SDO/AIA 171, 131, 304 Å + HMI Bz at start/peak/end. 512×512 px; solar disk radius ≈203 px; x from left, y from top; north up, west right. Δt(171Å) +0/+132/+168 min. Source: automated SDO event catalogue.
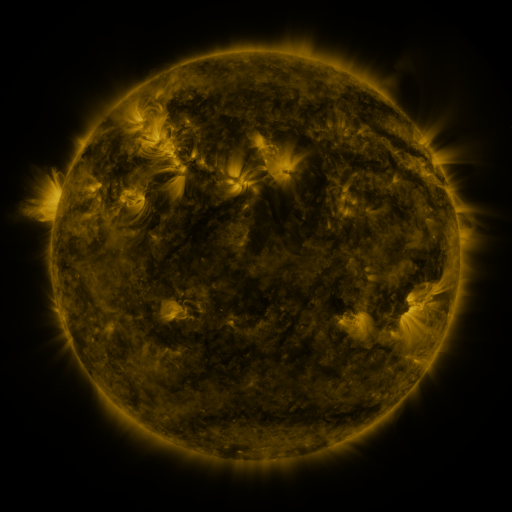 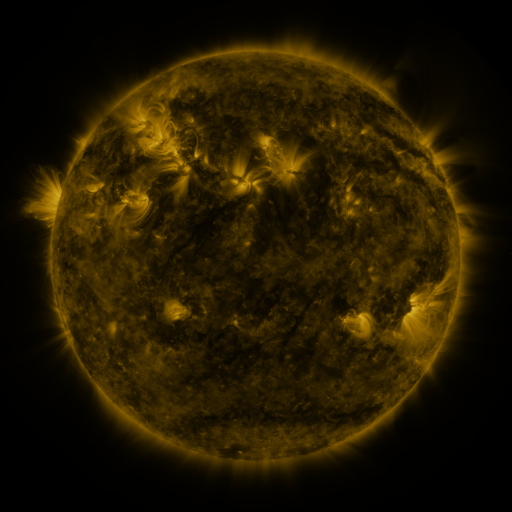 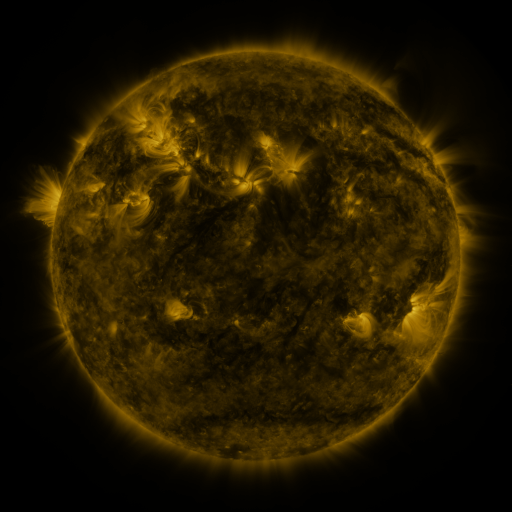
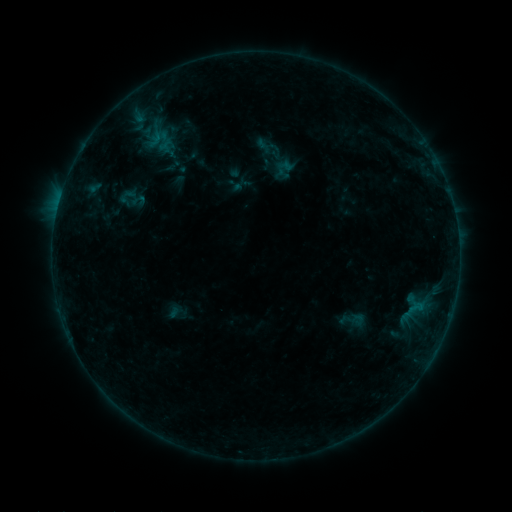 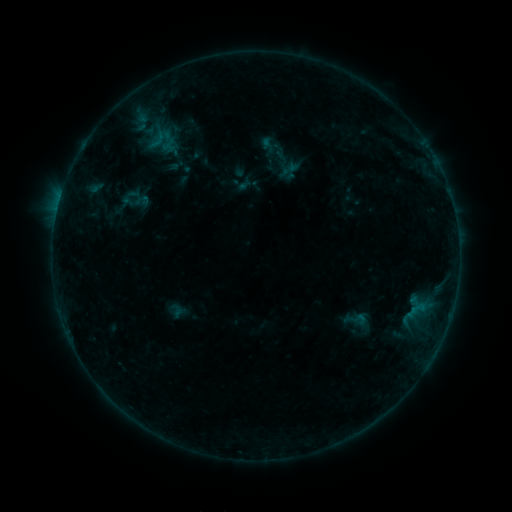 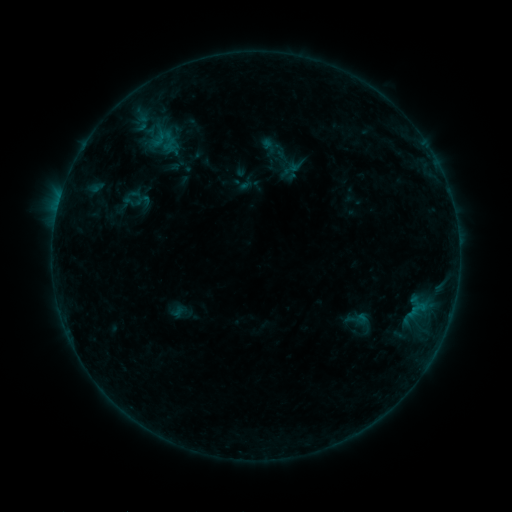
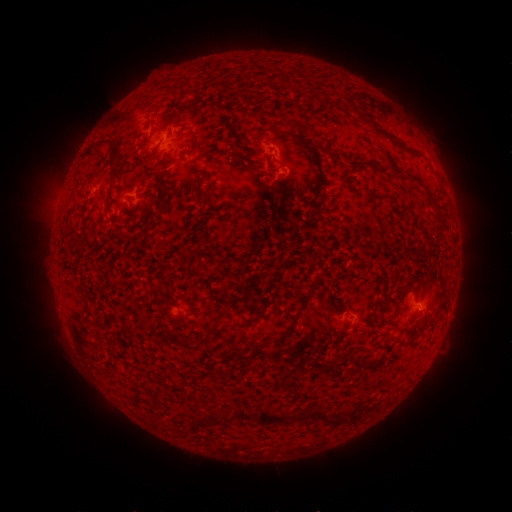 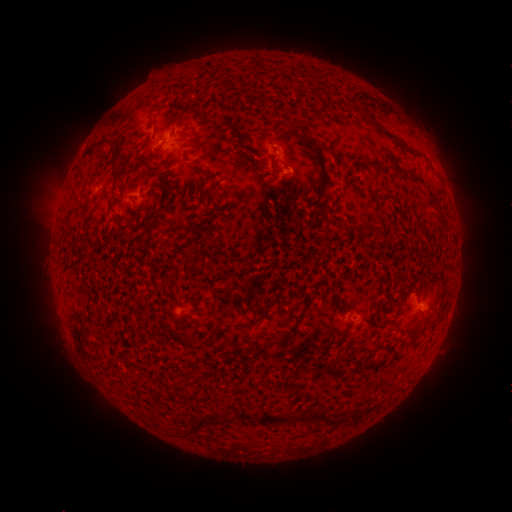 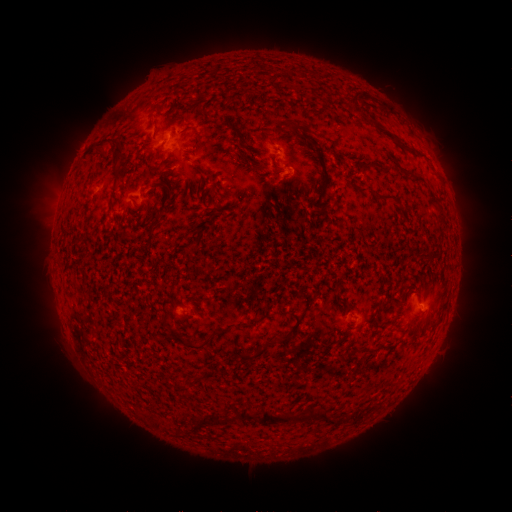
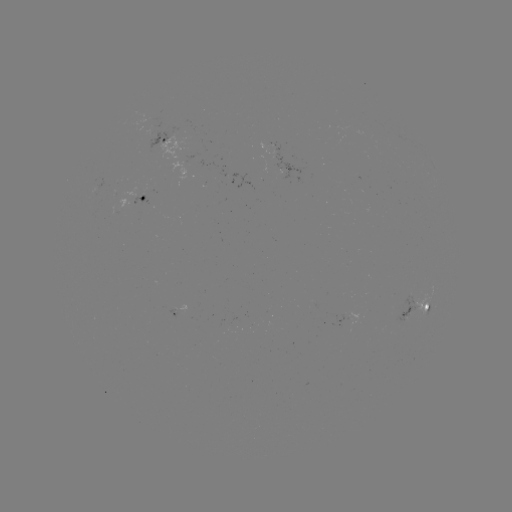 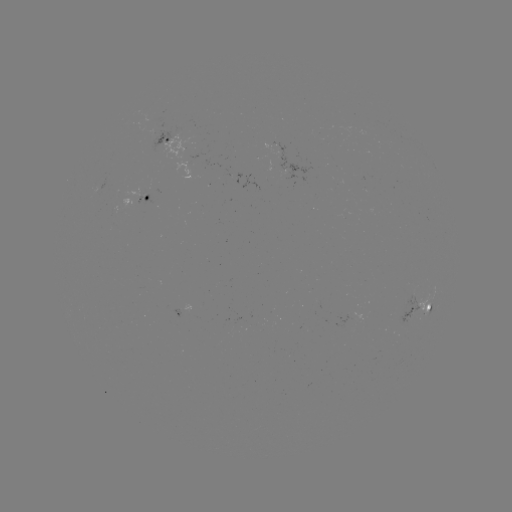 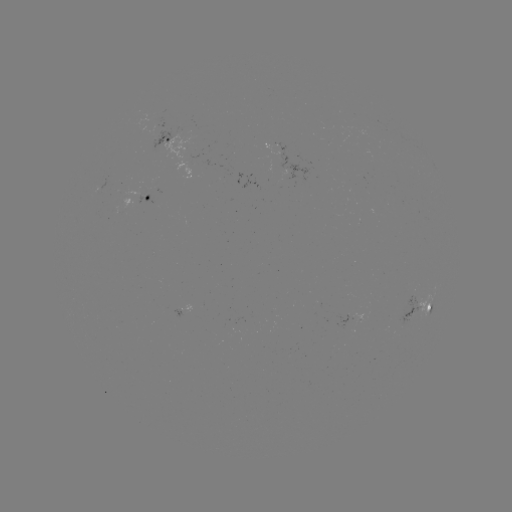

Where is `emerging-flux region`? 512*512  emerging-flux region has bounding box [398, 288, 419, 326].